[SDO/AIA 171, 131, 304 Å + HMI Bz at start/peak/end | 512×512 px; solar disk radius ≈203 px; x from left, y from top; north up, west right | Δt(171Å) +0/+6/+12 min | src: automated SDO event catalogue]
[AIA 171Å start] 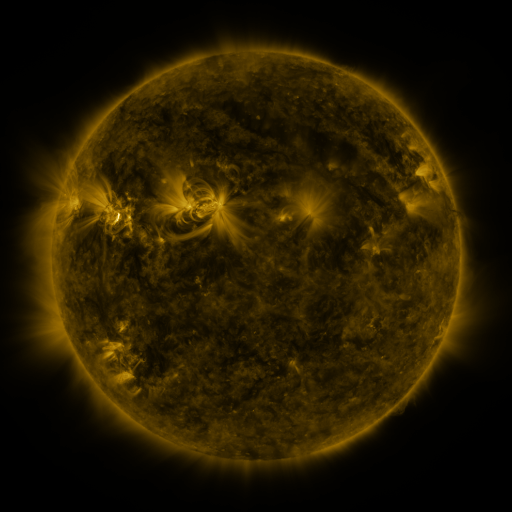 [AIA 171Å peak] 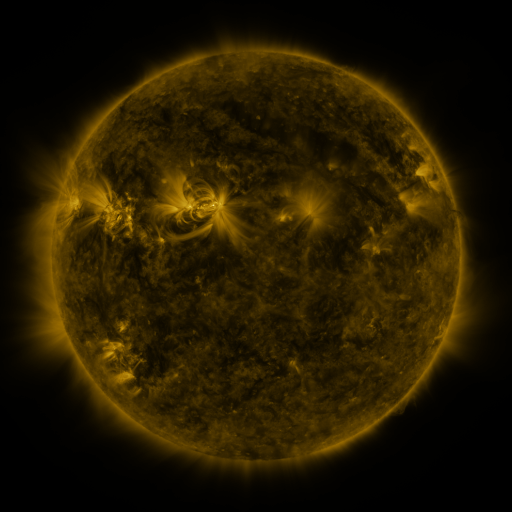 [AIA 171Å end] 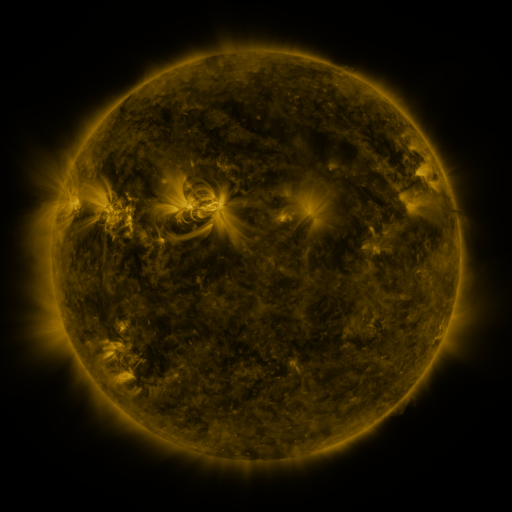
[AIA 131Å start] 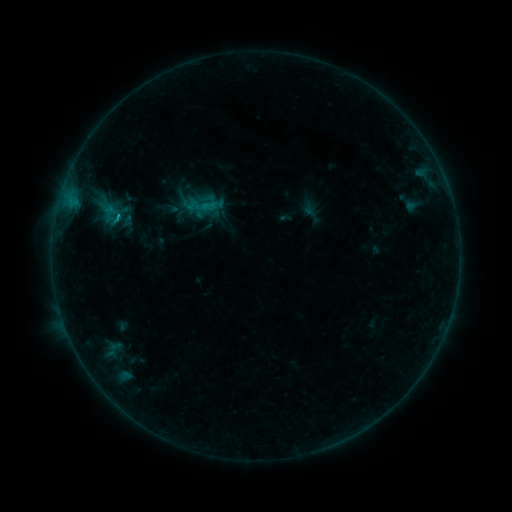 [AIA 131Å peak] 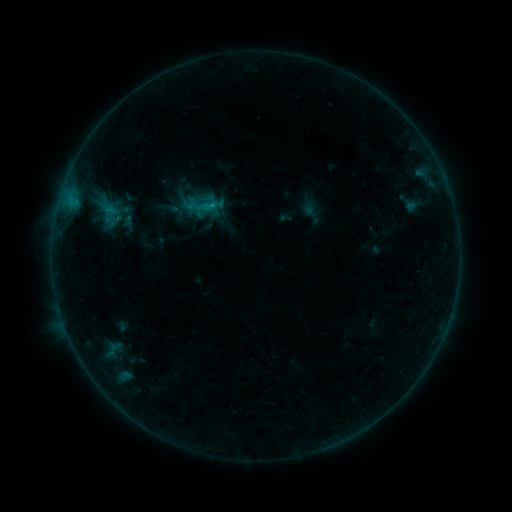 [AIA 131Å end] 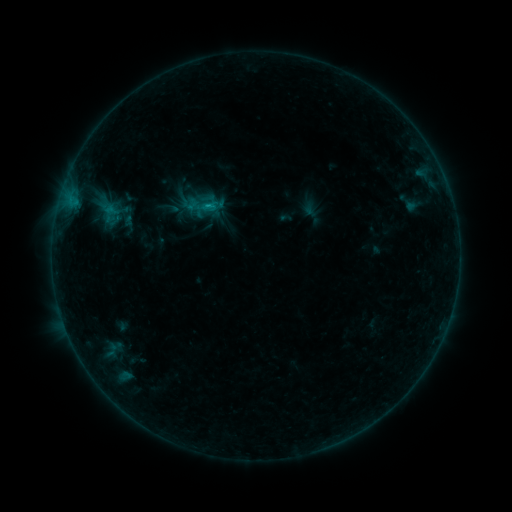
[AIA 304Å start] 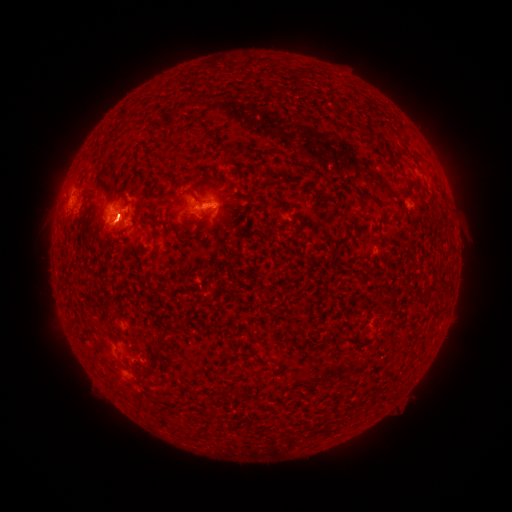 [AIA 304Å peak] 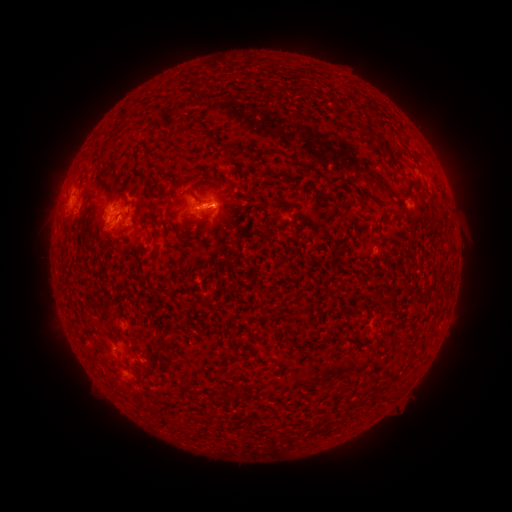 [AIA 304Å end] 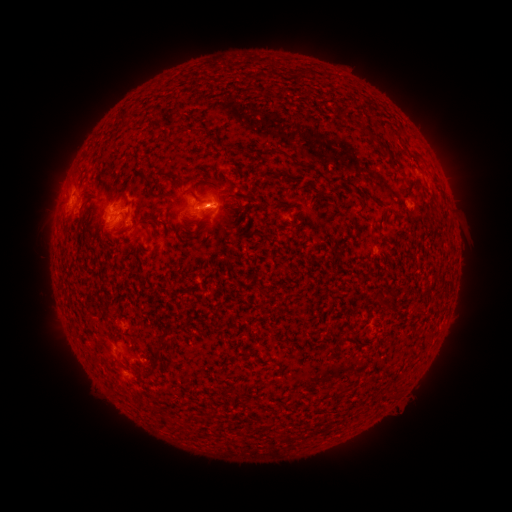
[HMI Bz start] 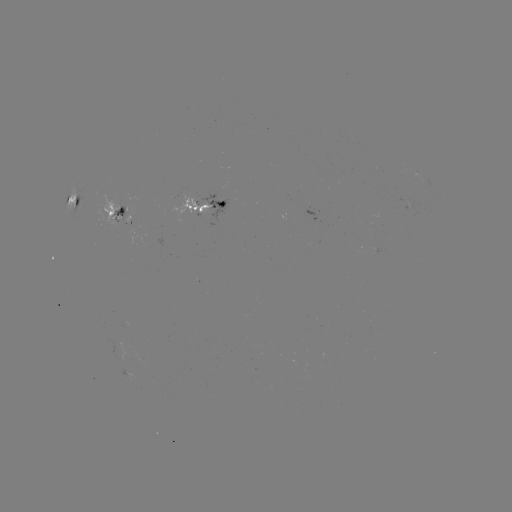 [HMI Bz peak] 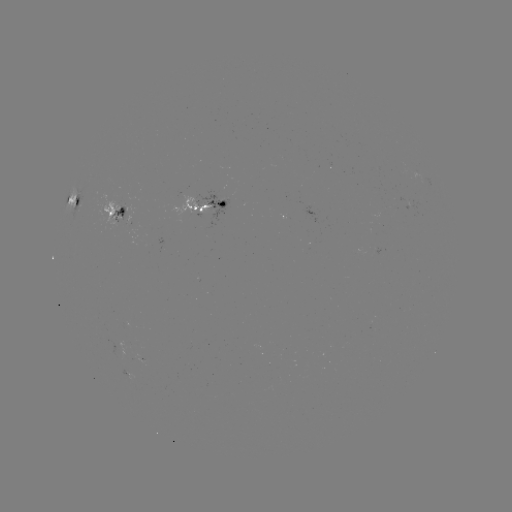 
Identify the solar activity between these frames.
C1.1 flare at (215, 208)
